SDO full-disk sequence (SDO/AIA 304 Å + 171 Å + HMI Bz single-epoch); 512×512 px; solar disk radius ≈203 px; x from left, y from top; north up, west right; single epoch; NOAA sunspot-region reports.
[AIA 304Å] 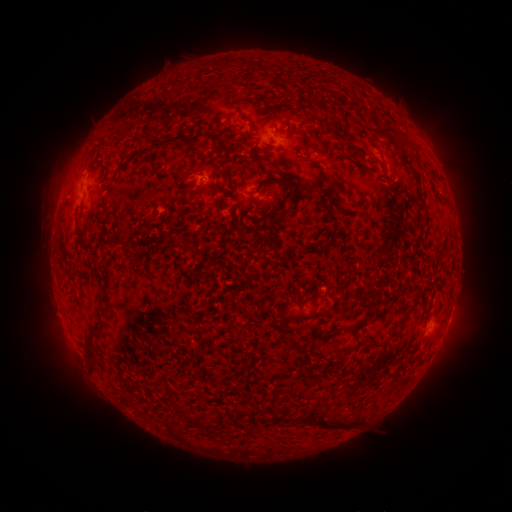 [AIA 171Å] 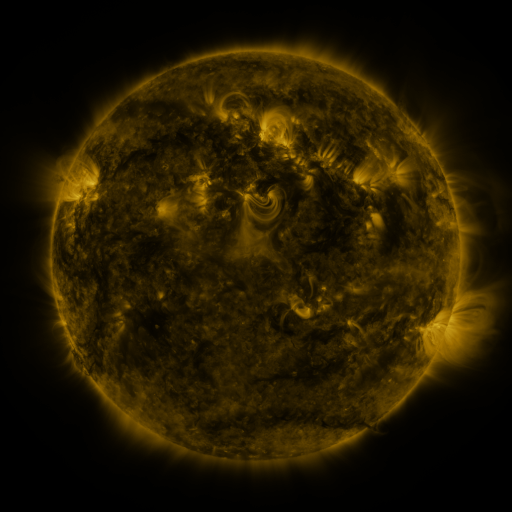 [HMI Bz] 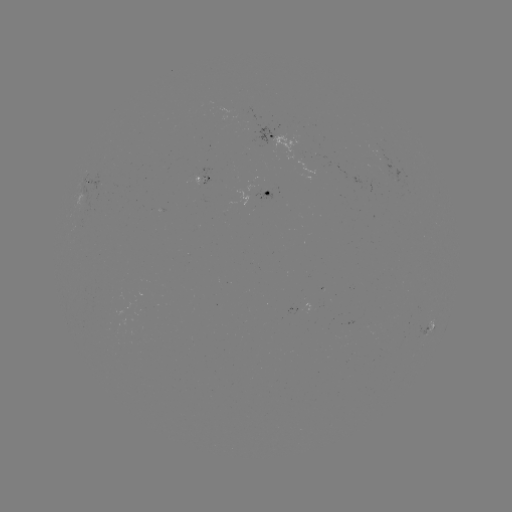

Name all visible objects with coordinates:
spotted active region: (271, 136)
spotted active region: (88, 184)
spotted active region: (269, 193)
spotted active region: (431, 326)
